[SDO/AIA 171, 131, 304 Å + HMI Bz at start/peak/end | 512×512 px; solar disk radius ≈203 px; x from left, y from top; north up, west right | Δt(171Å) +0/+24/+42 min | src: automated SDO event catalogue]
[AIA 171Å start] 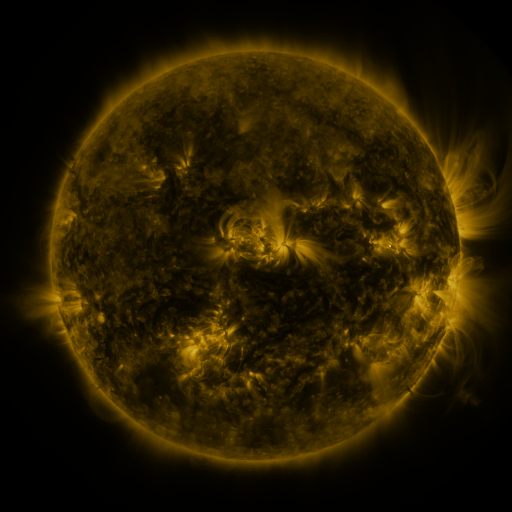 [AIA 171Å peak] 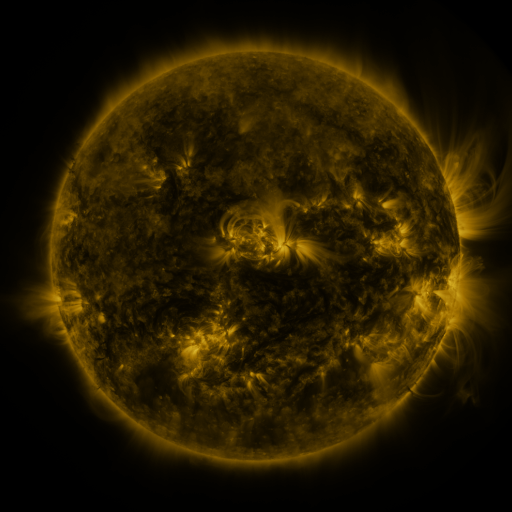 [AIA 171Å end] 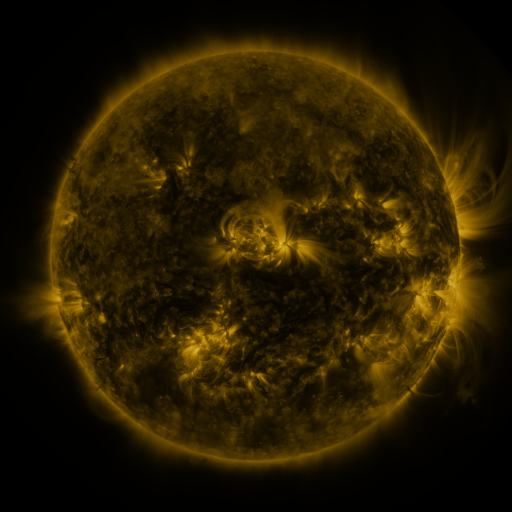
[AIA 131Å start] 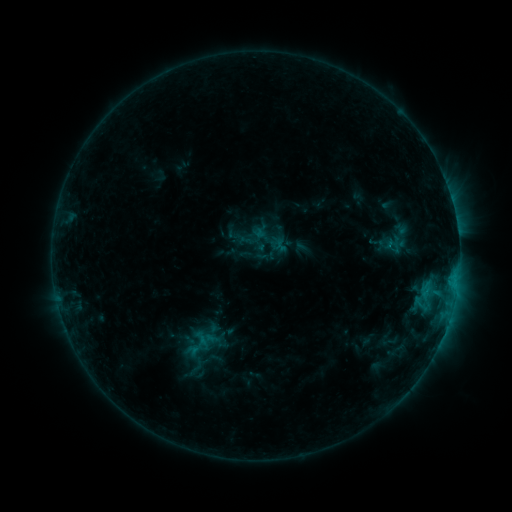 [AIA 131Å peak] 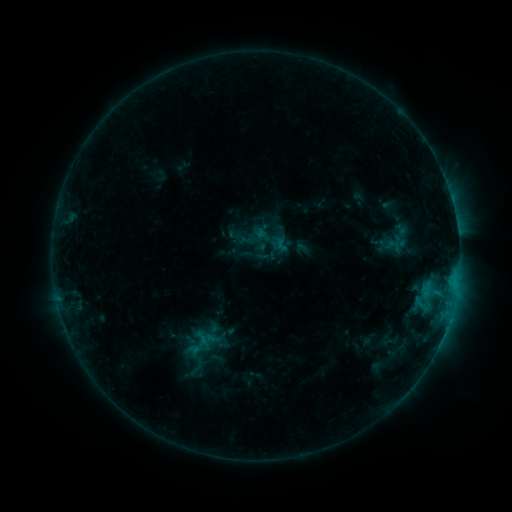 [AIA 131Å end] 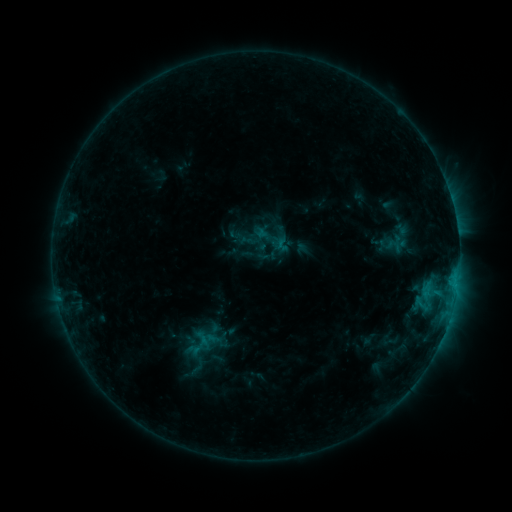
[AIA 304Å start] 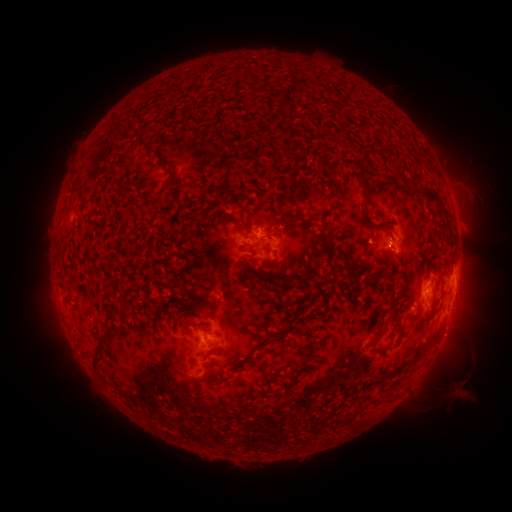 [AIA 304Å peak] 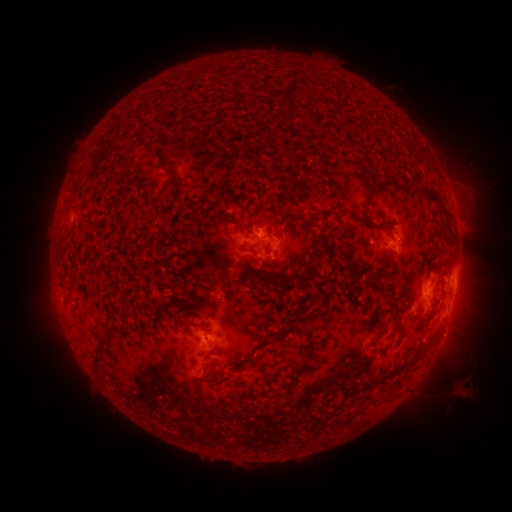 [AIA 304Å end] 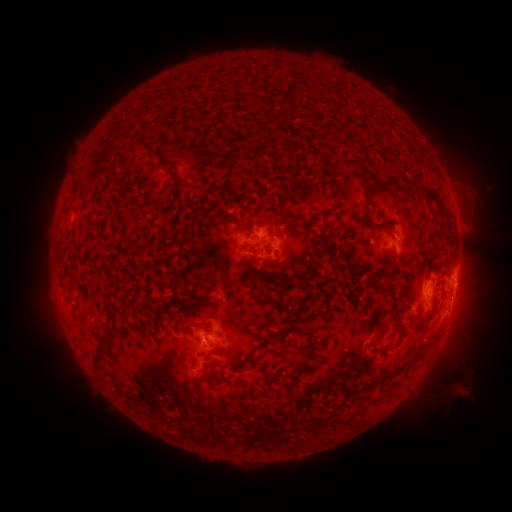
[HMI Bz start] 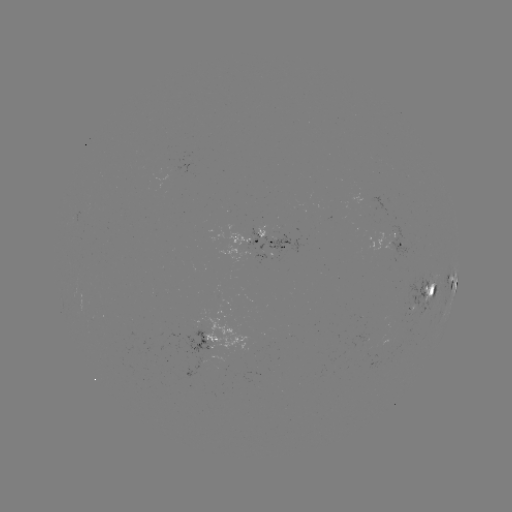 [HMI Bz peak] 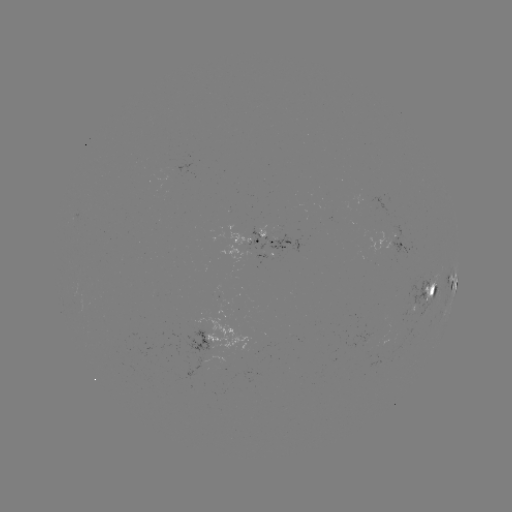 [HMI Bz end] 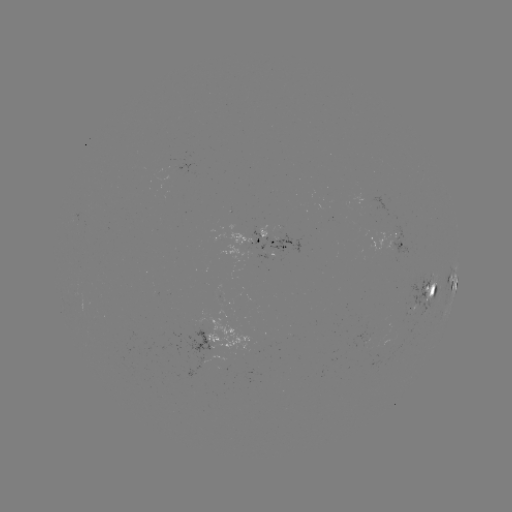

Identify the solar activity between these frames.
nothing was catalogued: no classed flare, no EUV trigger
